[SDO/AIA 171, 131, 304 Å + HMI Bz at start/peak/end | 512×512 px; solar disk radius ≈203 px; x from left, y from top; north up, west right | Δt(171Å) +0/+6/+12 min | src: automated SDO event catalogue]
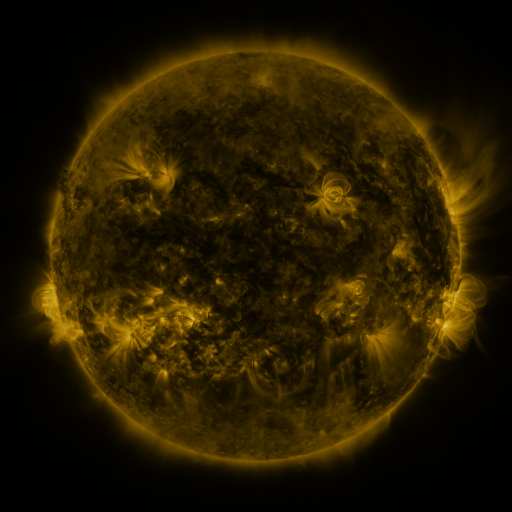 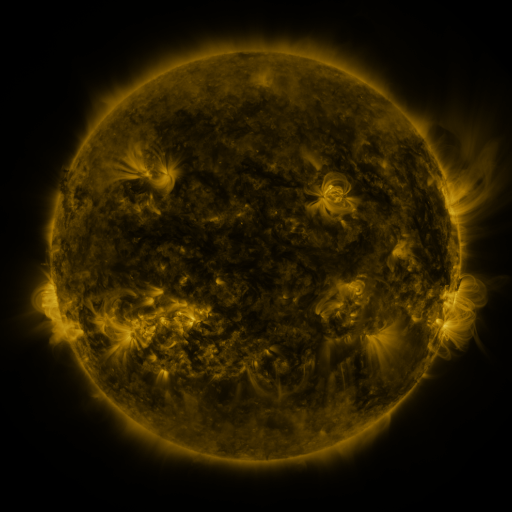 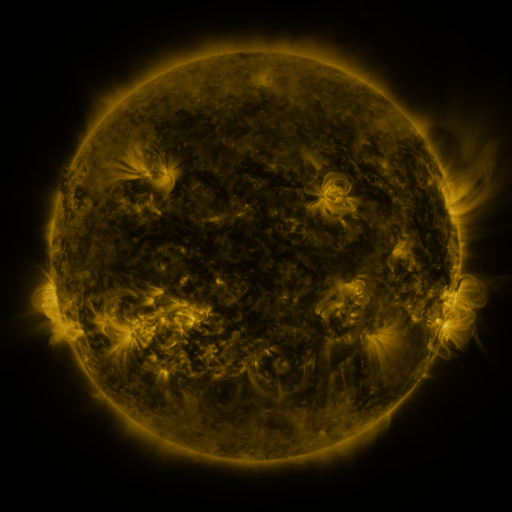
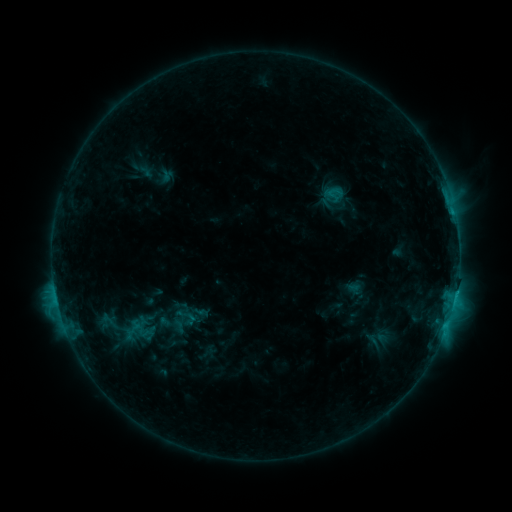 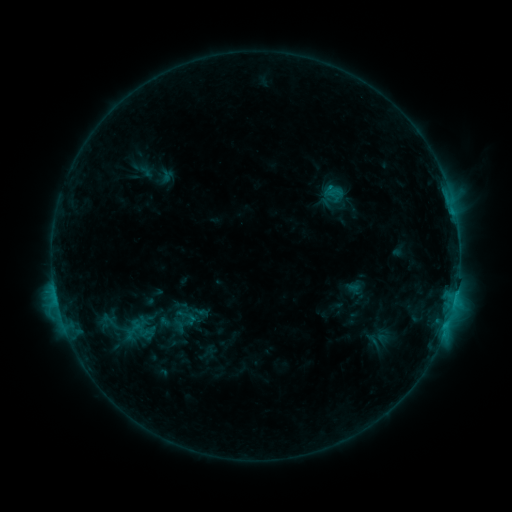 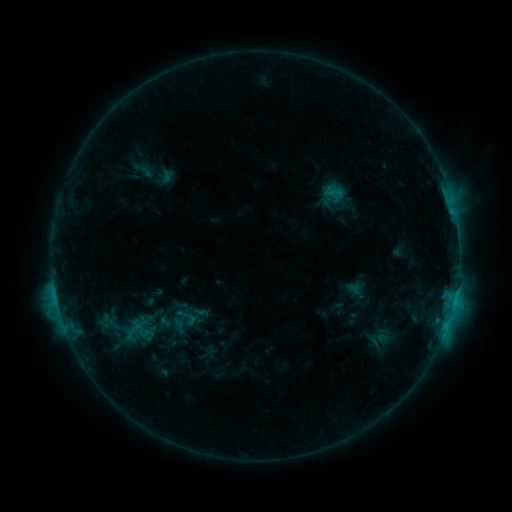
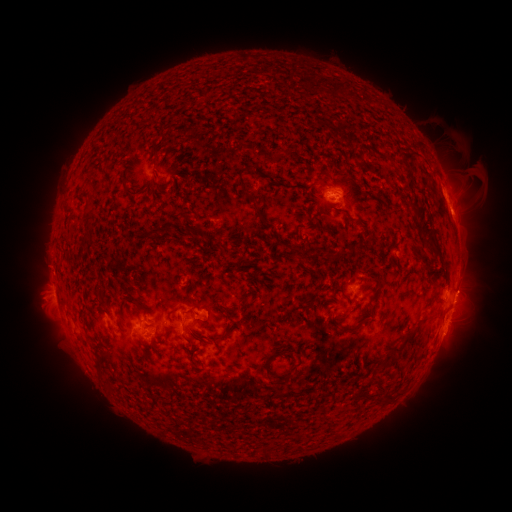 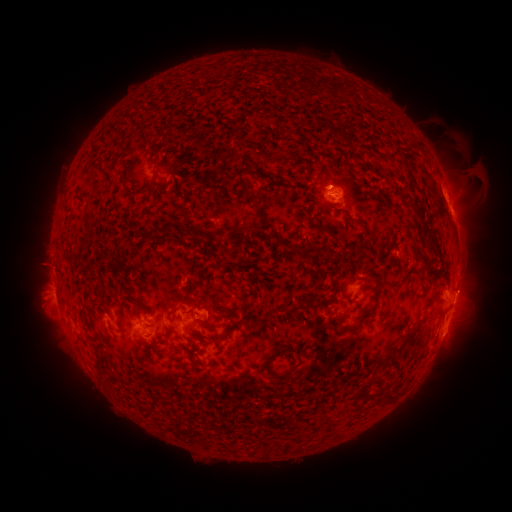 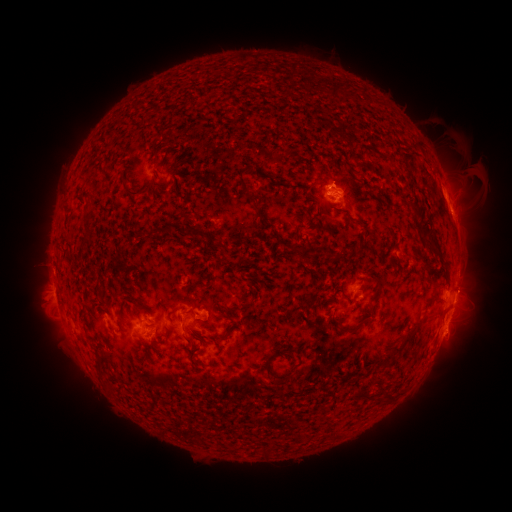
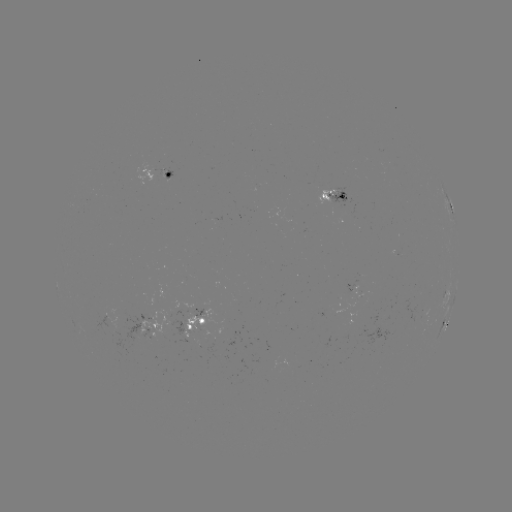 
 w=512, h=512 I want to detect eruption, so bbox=[308, 151, 360, 196].